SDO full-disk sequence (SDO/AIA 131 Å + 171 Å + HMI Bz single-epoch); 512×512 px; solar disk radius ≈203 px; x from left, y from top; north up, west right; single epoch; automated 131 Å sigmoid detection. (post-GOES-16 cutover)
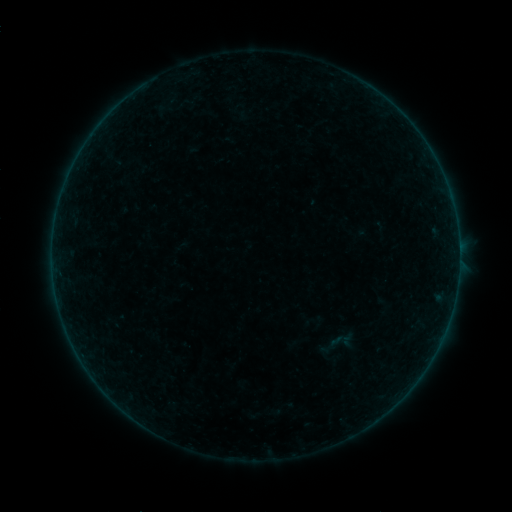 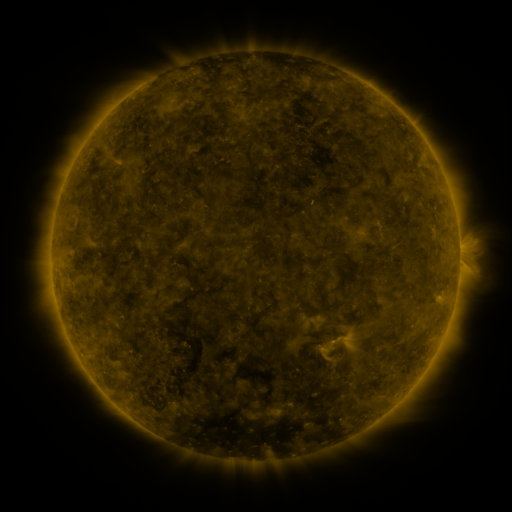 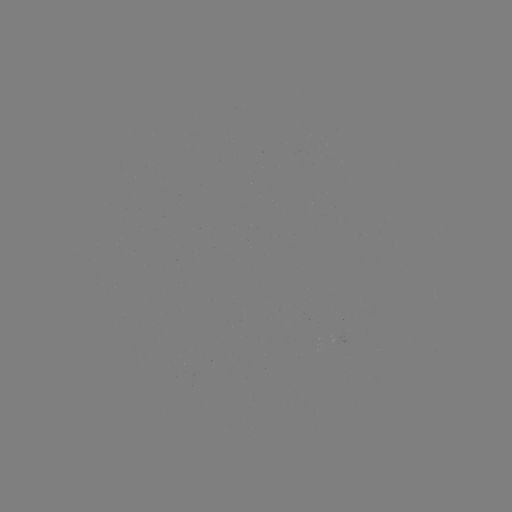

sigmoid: <bbox>314, 325, 355, 369</bbox>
